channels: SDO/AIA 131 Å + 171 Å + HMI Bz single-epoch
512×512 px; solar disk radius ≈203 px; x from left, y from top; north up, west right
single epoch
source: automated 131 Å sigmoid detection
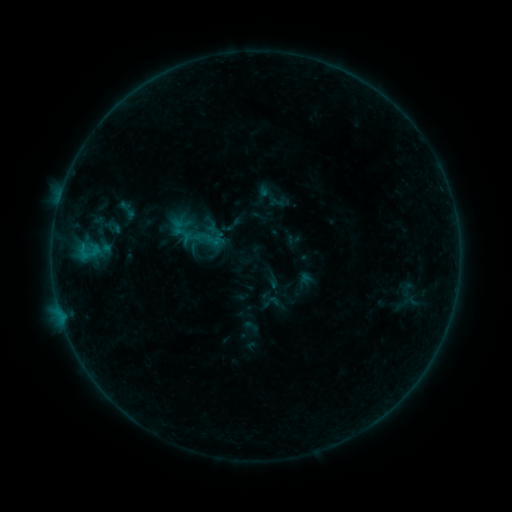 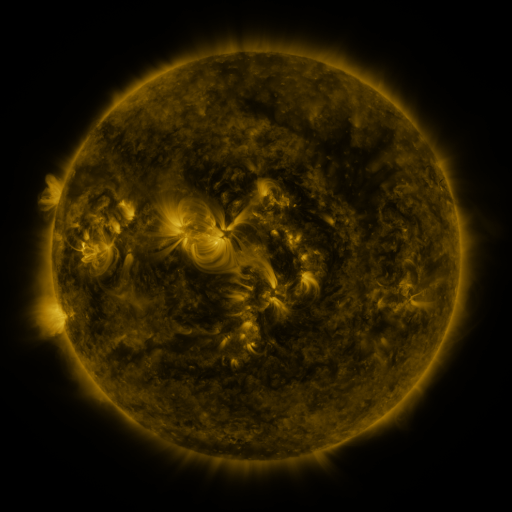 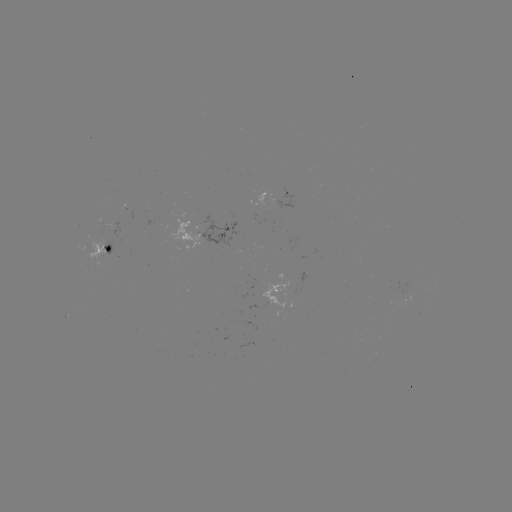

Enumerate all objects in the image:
sigmoid: <bbox>116, 198, 138, 222</bbox>
